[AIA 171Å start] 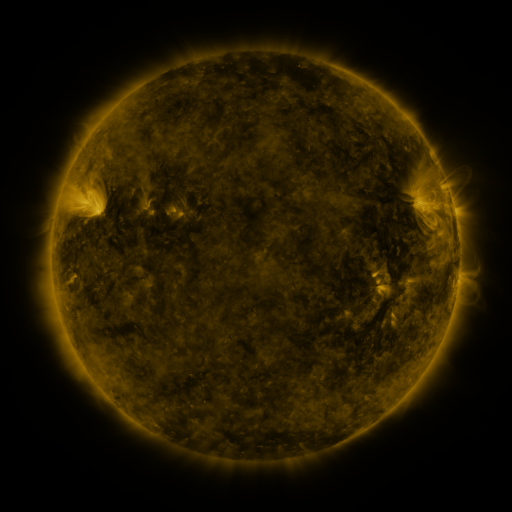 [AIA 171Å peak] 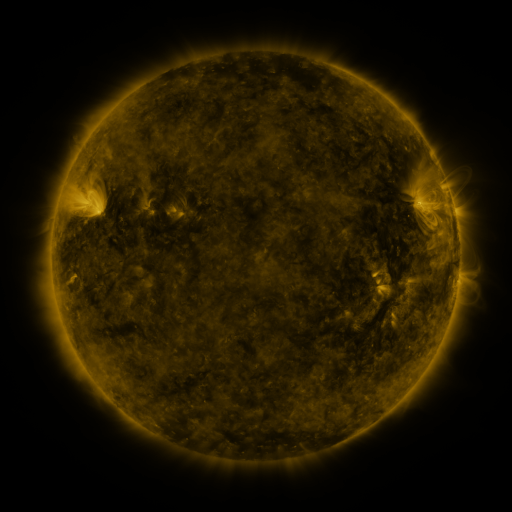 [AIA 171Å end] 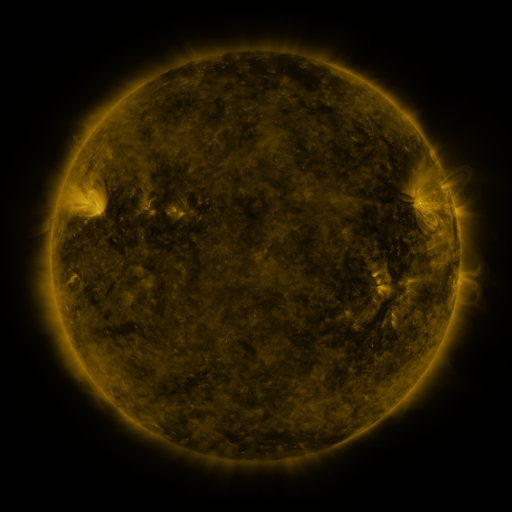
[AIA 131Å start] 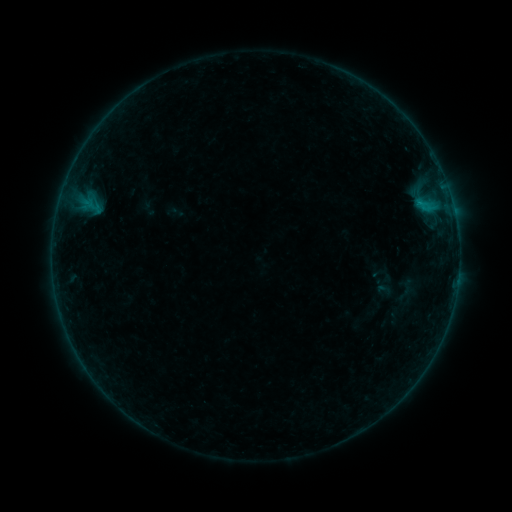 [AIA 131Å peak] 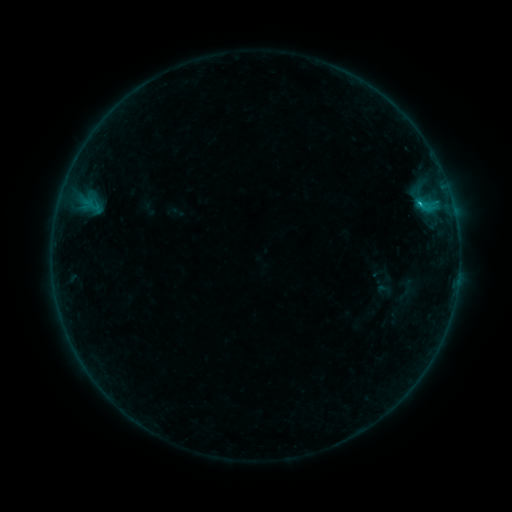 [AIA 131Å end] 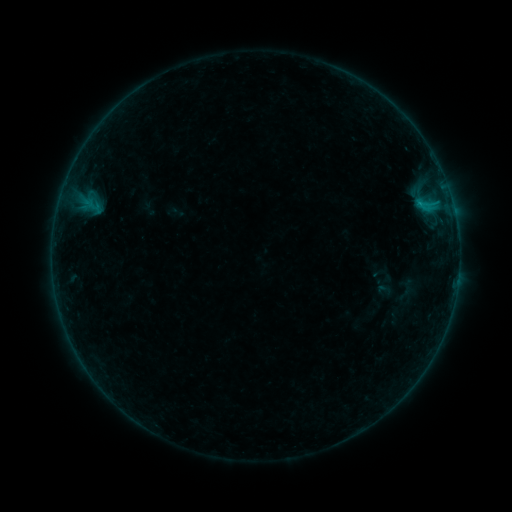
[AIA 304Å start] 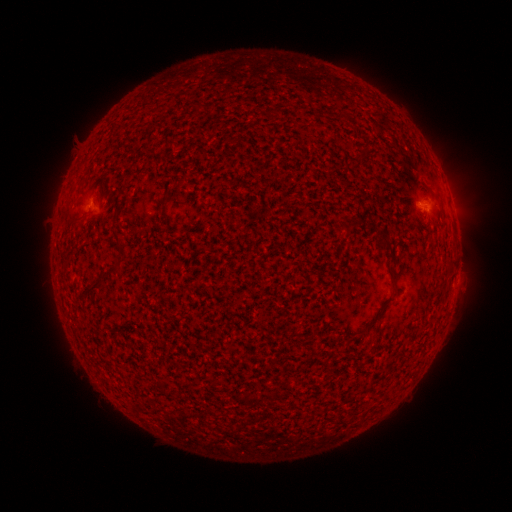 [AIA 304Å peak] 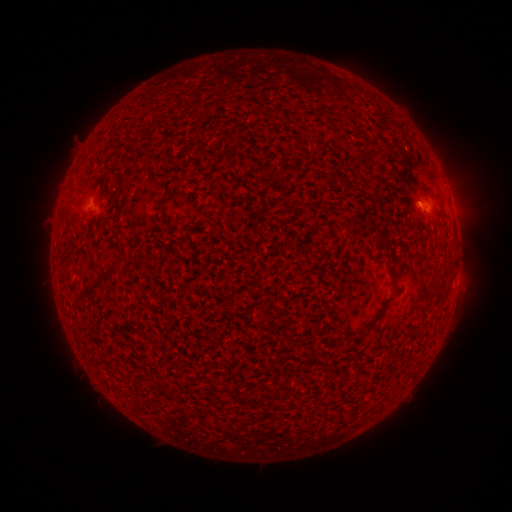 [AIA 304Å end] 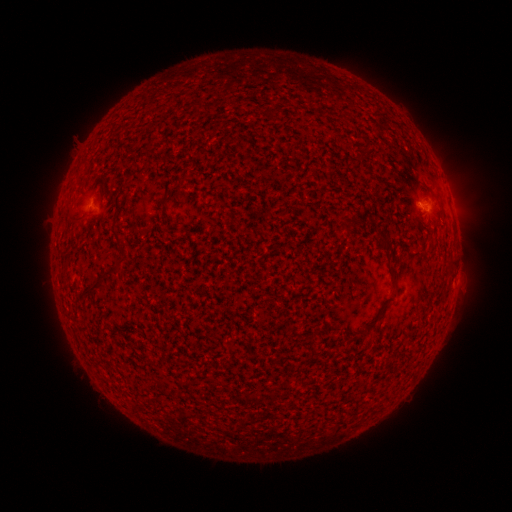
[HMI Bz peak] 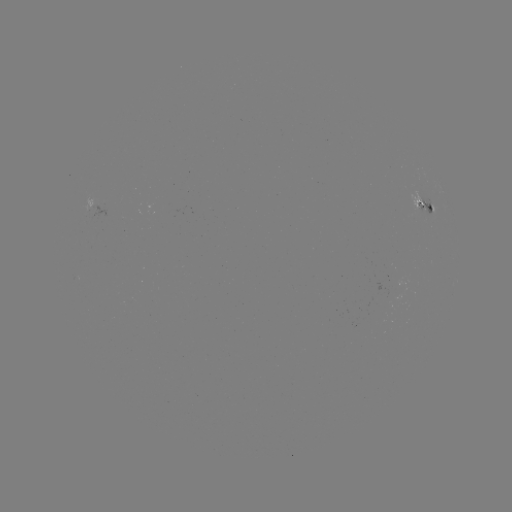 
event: flare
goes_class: B3.8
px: (420, 207)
